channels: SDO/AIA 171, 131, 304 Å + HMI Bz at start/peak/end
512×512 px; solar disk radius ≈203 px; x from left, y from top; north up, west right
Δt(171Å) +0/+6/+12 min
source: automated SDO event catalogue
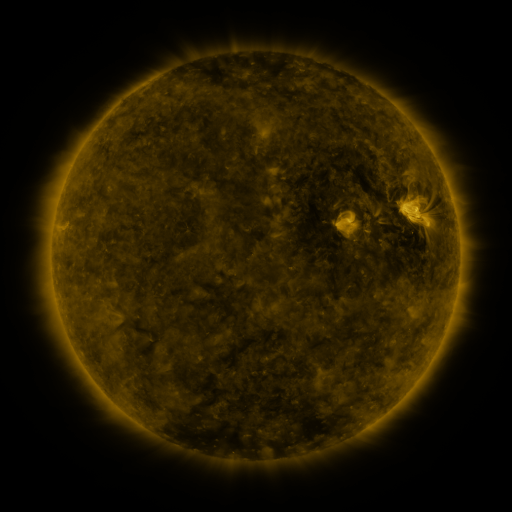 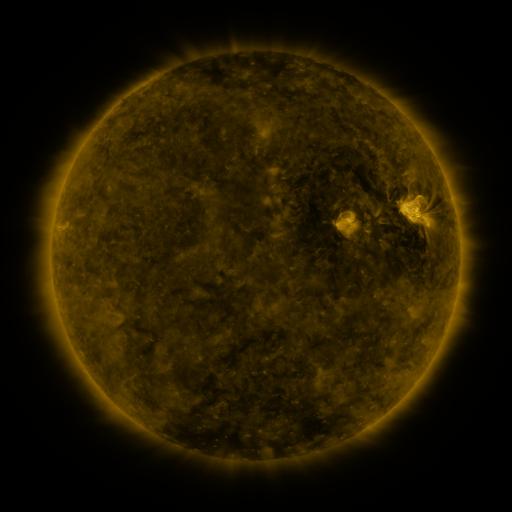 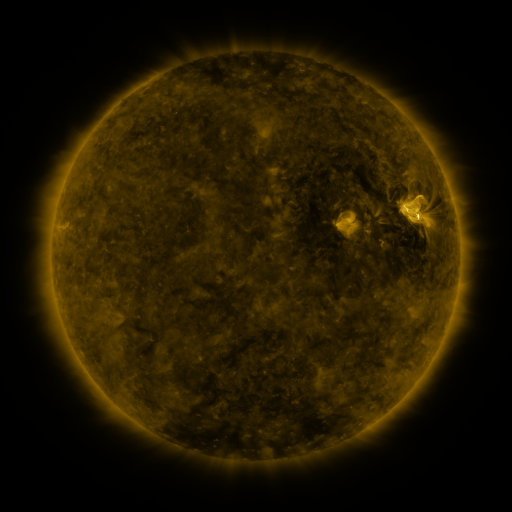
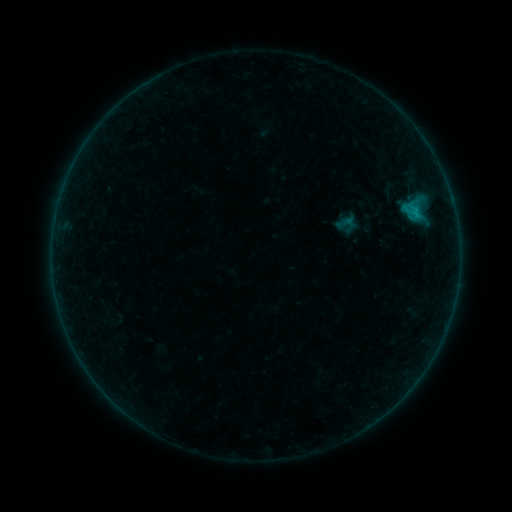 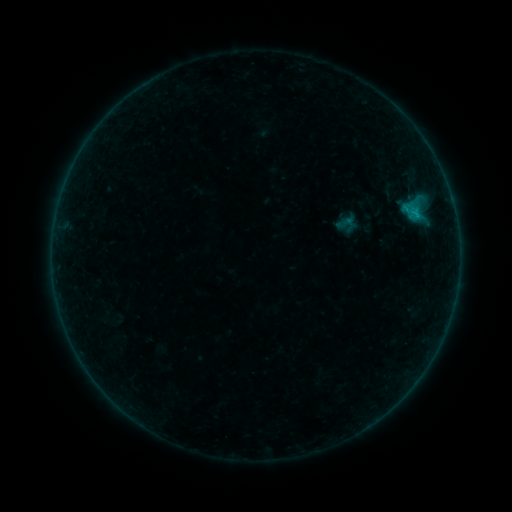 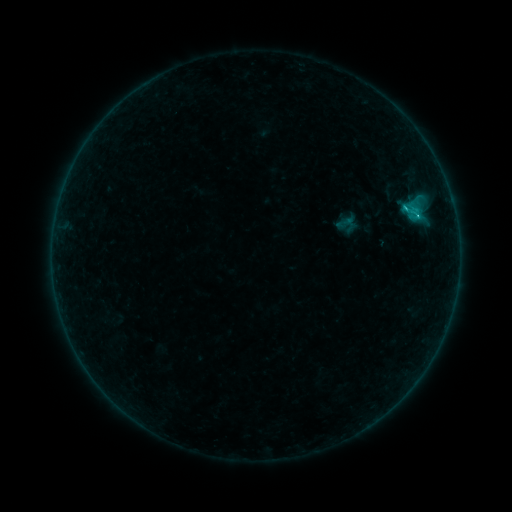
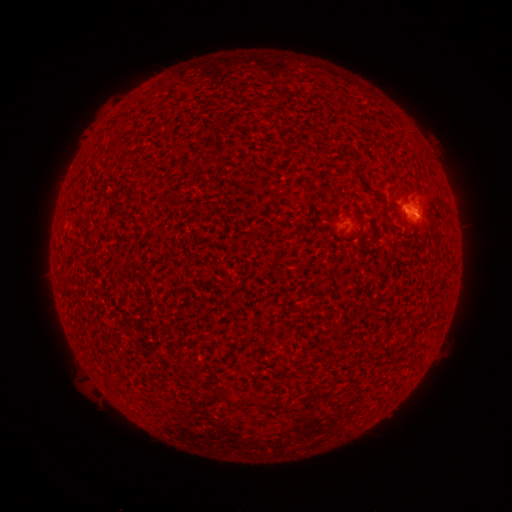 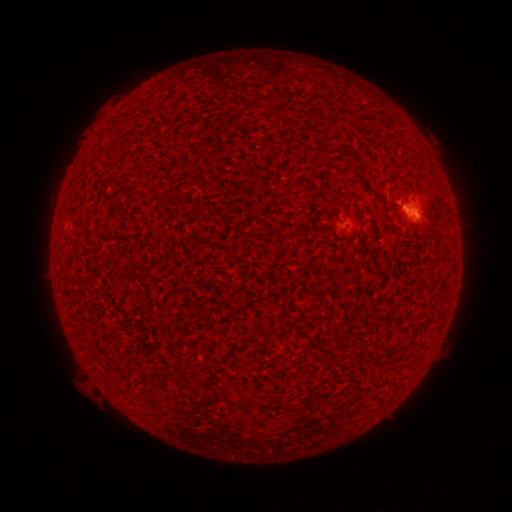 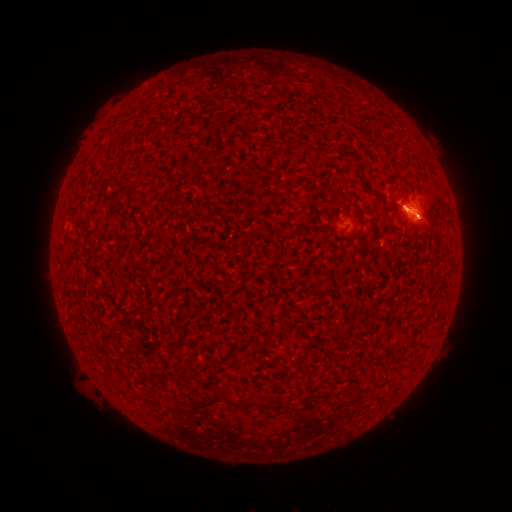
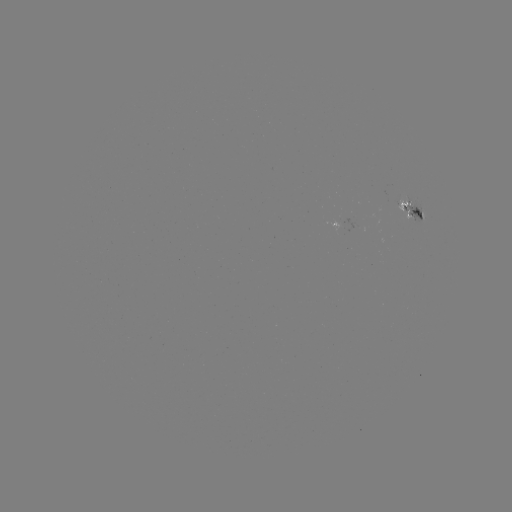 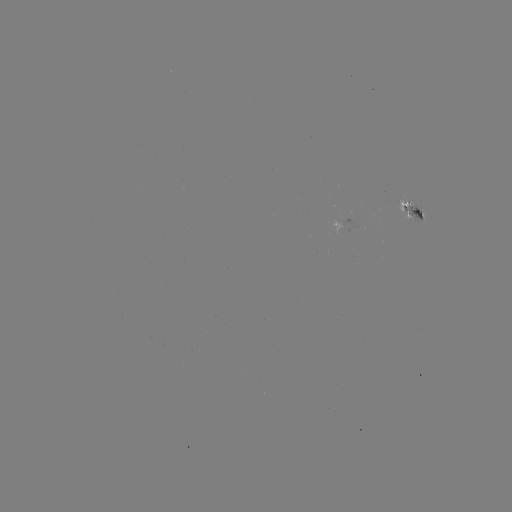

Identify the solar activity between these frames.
B6.5 flare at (403, 211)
